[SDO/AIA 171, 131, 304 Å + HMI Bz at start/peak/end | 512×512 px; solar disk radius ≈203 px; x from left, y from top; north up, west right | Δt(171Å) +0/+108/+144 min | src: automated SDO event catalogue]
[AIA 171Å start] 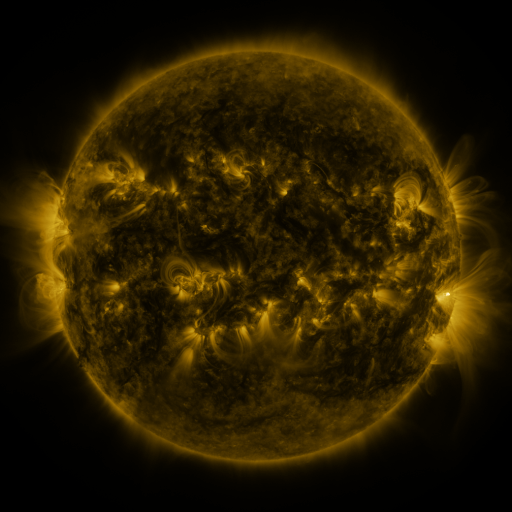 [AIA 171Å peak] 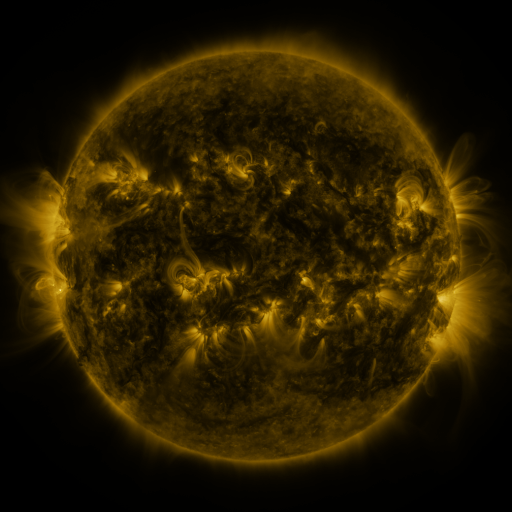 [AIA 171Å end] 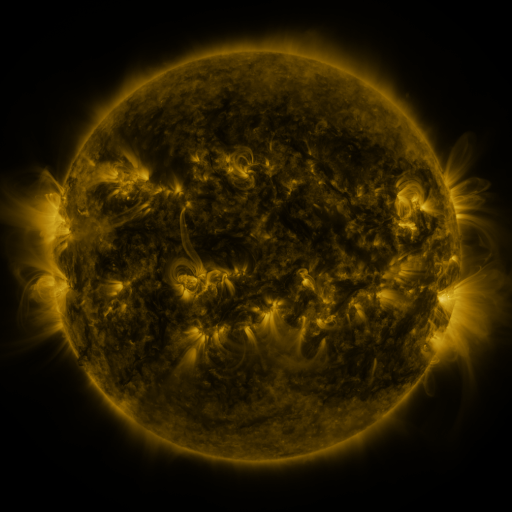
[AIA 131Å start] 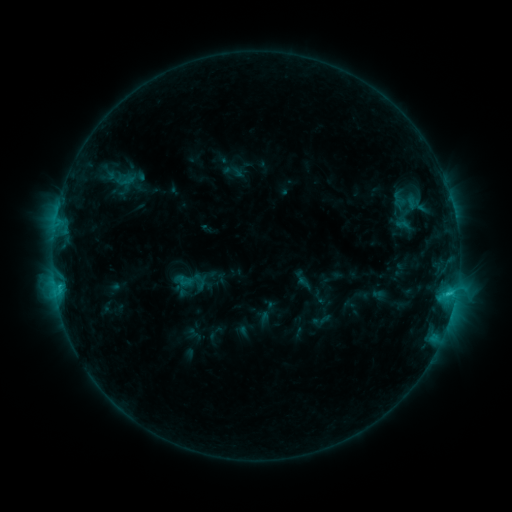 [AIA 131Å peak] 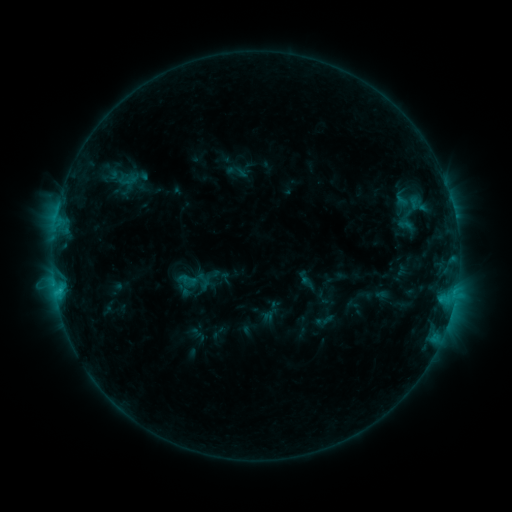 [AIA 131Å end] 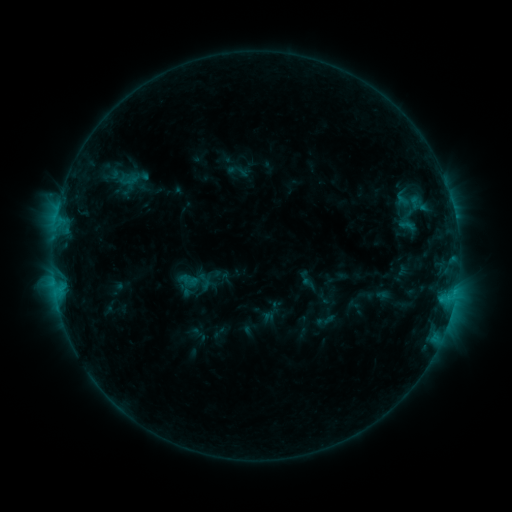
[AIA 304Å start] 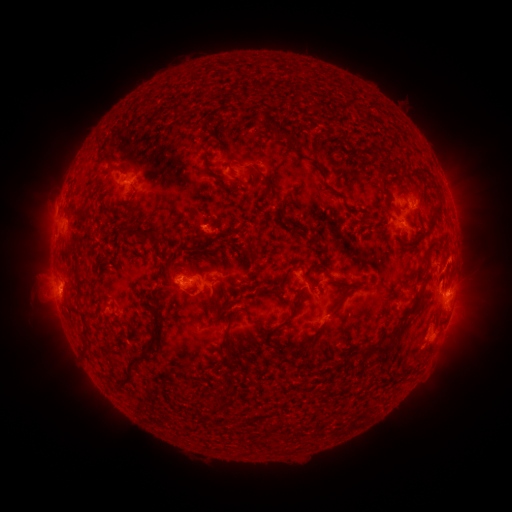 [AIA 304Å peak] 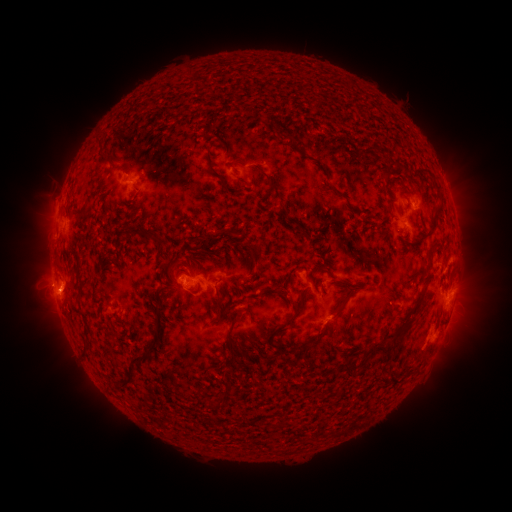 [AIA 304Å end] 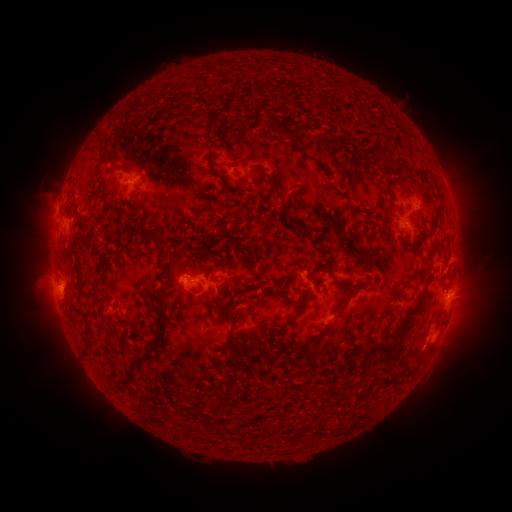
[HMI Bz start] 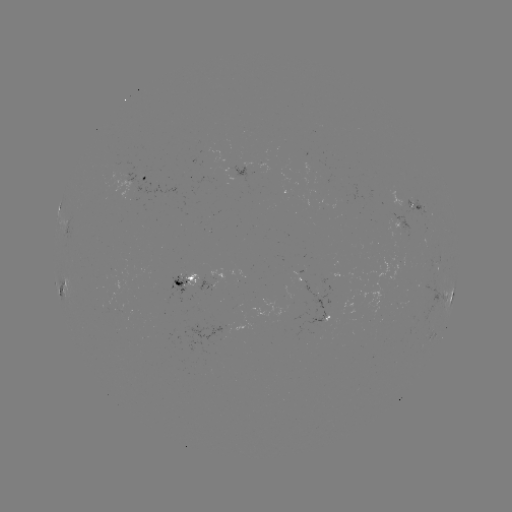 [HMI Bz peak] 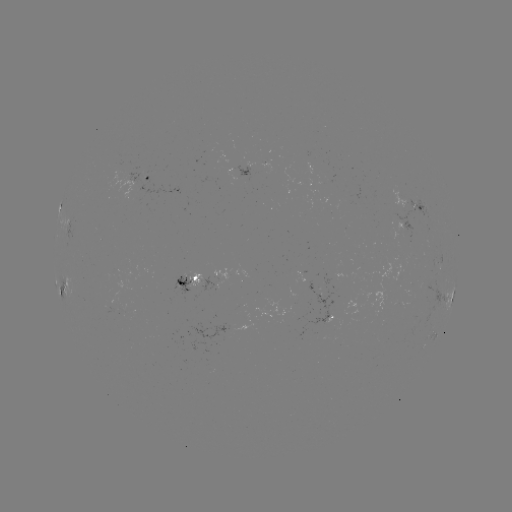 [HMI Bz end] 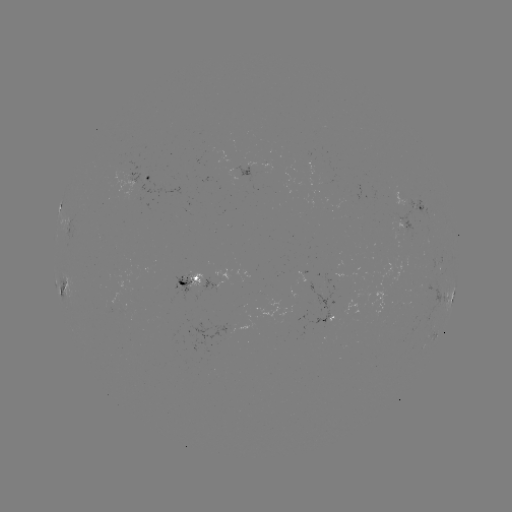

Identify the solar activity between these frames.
emerging-flux region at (320, 297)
